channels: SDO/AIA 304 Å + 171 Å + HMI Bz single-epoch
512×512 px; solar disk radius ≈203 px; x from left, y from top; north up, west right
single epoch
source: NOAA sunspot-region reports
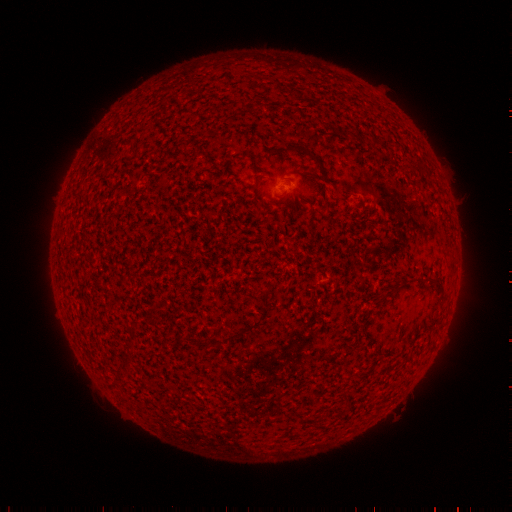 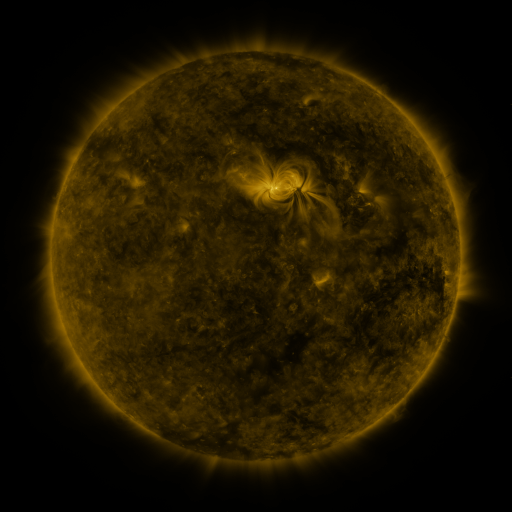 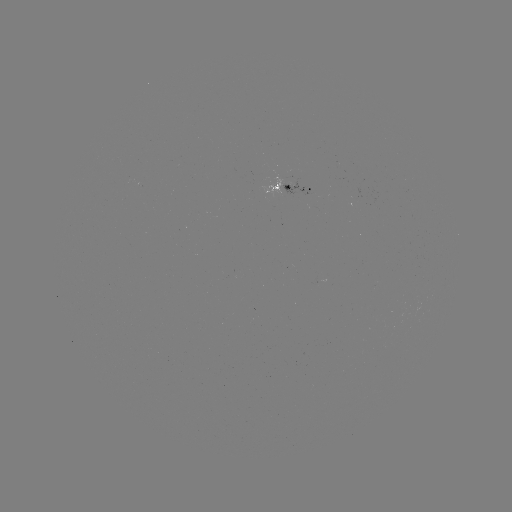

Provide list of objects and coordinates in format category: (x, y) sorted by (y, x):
spotted active region: (286, 185)
